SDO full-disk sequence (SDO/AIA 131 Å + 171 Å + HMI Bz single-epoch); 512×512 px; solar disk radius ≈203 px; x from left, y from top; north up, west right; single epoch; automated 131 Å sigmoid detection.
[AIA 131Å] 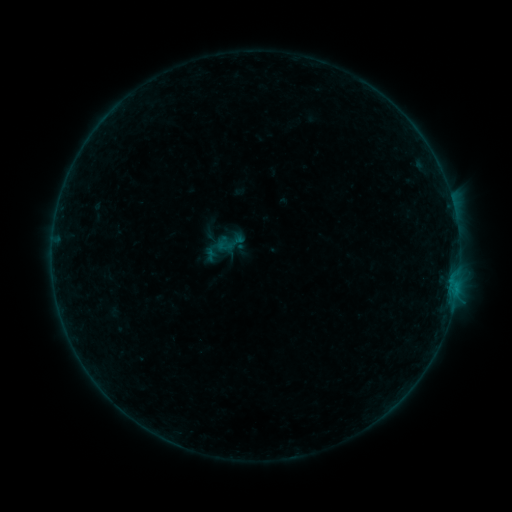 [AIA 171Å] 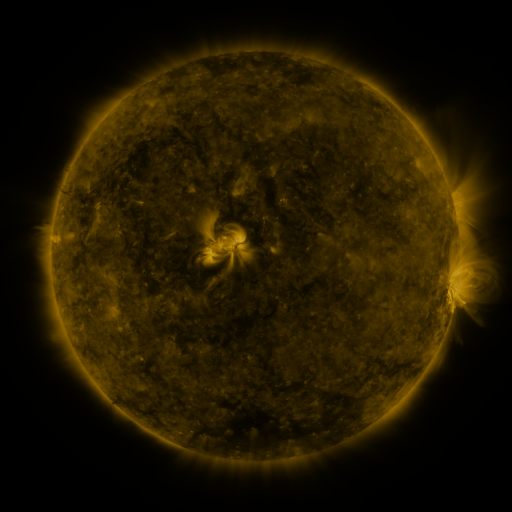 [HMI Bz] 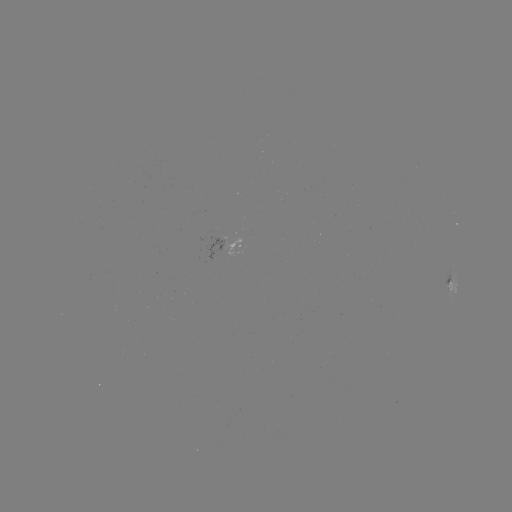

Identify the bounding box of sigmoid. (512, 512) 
[213, 227, 244, 258].